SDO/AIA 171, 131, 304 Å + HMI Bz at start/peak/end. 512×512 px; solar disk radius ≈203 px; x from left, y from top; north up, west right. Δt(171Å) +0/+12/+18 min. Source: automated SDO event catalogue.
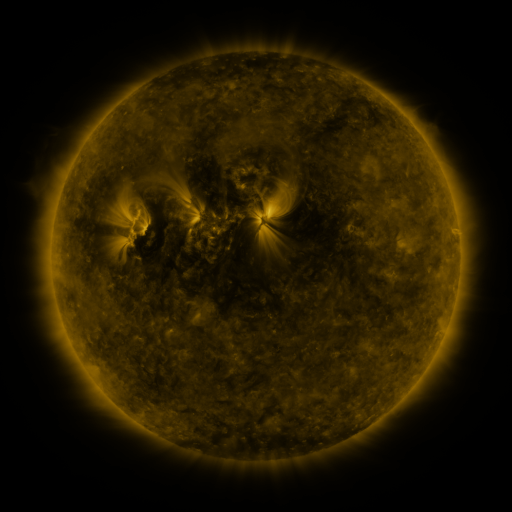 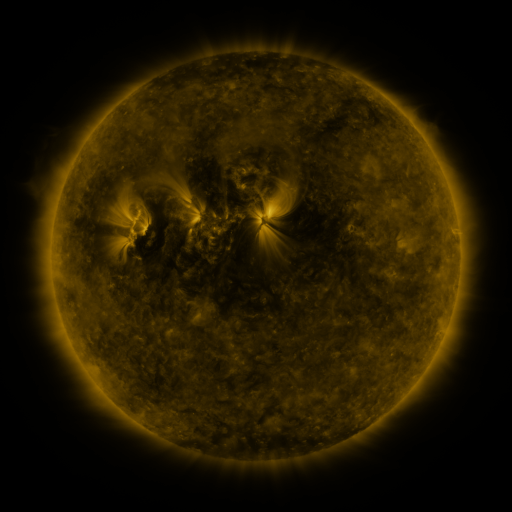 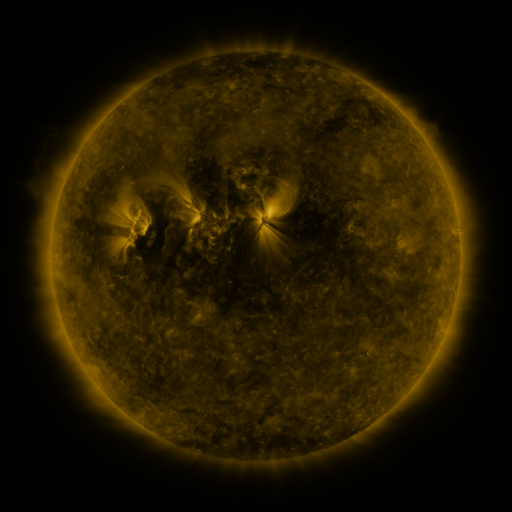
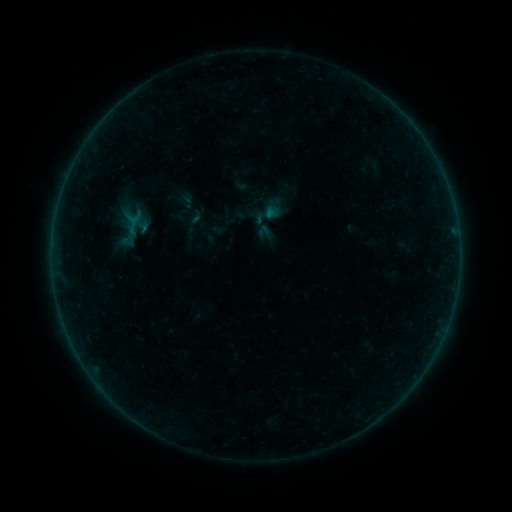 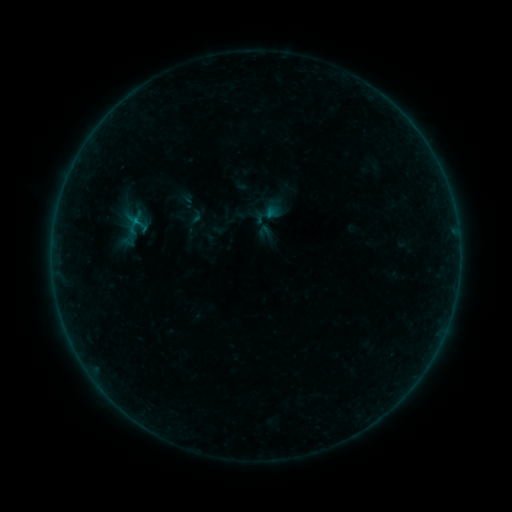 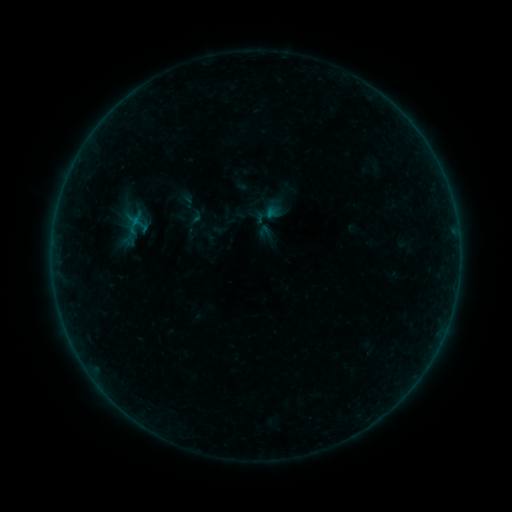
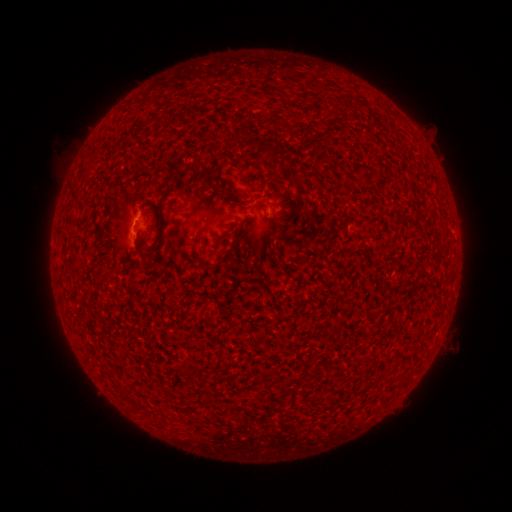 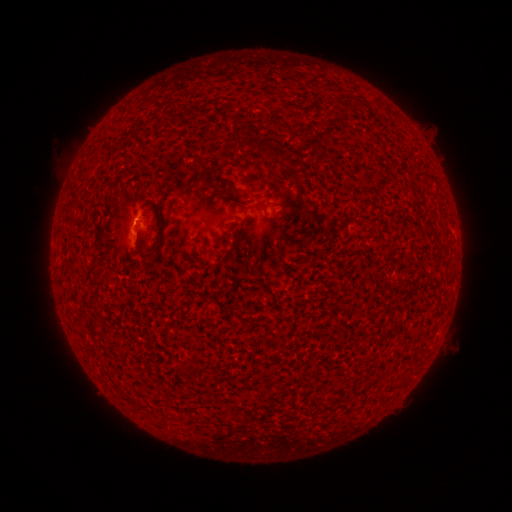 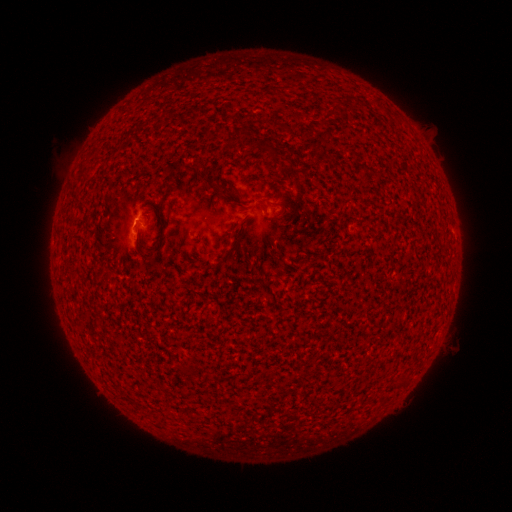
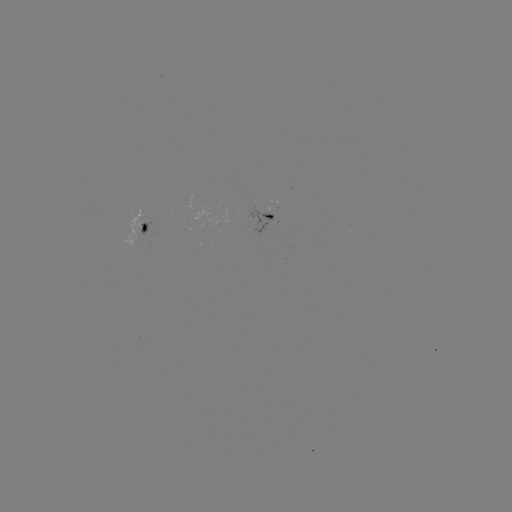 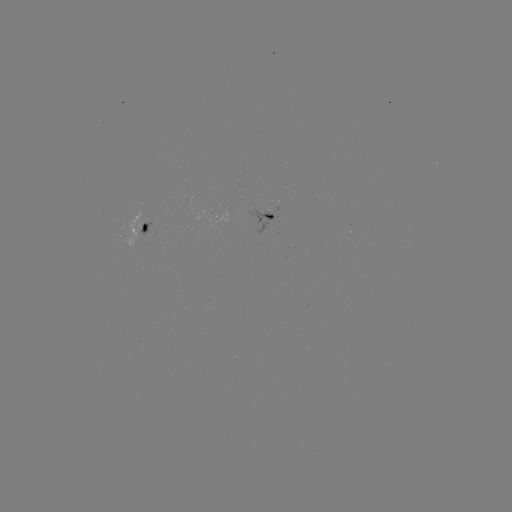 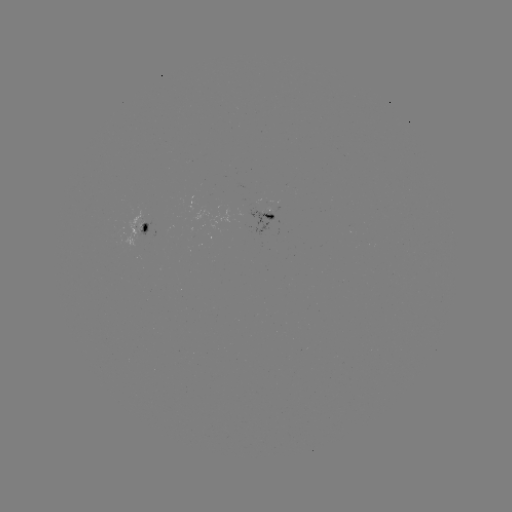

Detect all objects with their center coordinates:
B2.0 flare: (137, 221)
